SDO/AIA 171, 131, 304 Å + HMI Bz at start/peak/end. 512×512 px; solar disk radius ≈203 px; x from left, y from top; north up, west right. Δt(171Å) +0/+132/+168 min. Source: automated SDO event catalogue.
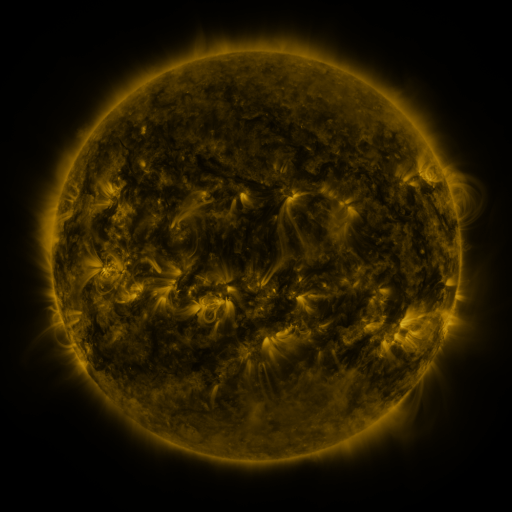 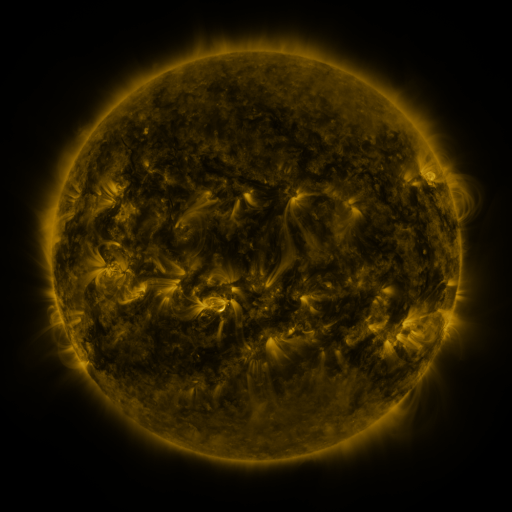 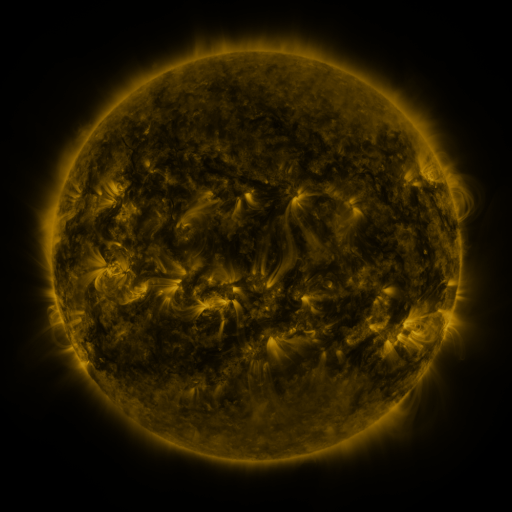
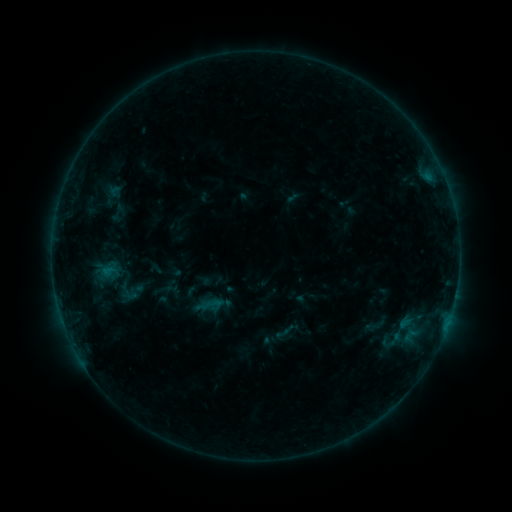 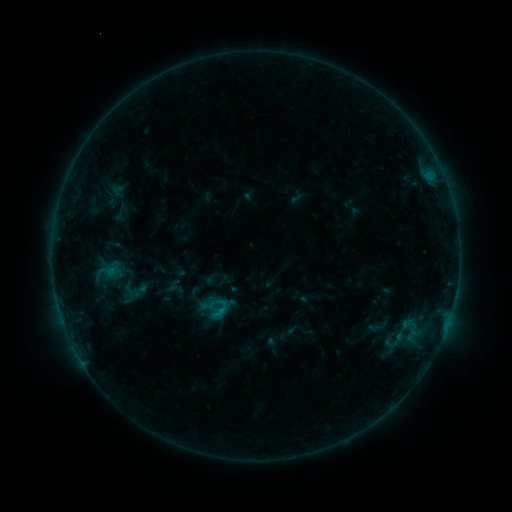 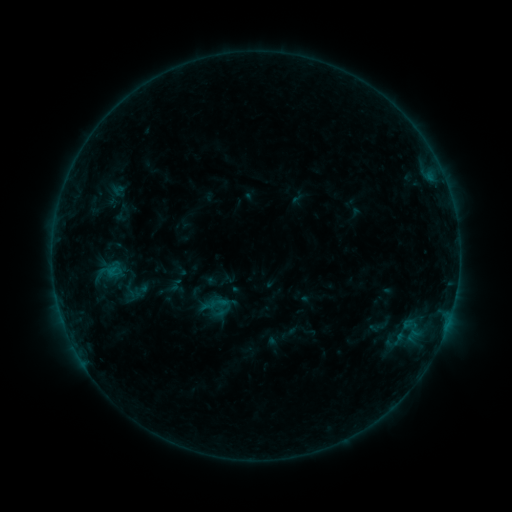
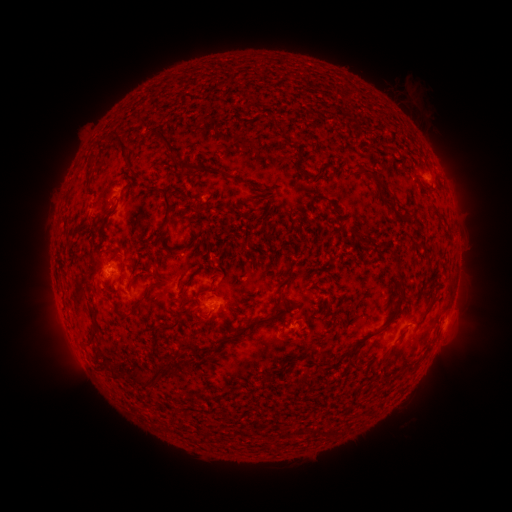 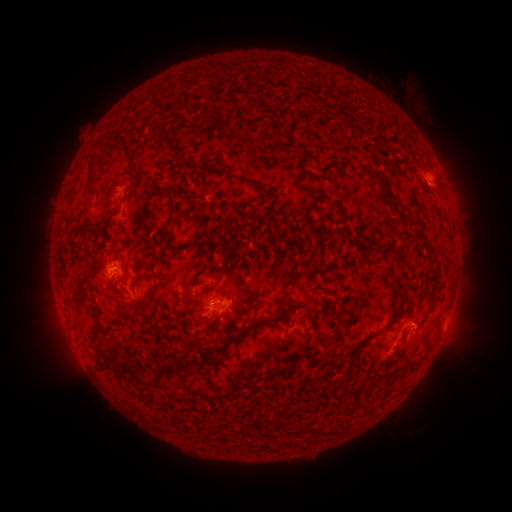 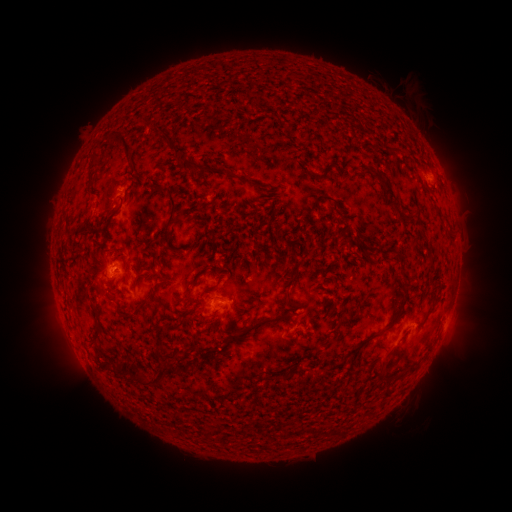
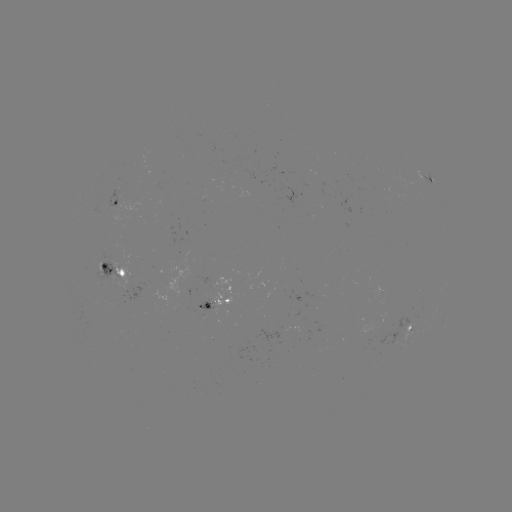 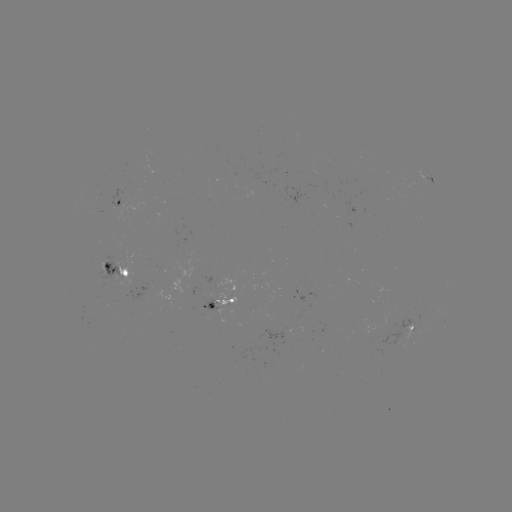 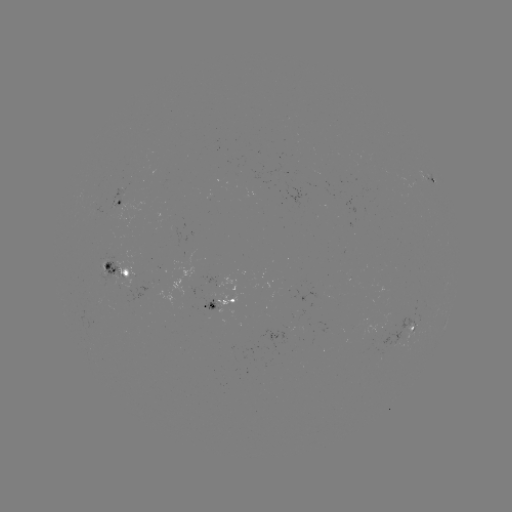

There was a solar emerging-flux region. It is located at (95, 210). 